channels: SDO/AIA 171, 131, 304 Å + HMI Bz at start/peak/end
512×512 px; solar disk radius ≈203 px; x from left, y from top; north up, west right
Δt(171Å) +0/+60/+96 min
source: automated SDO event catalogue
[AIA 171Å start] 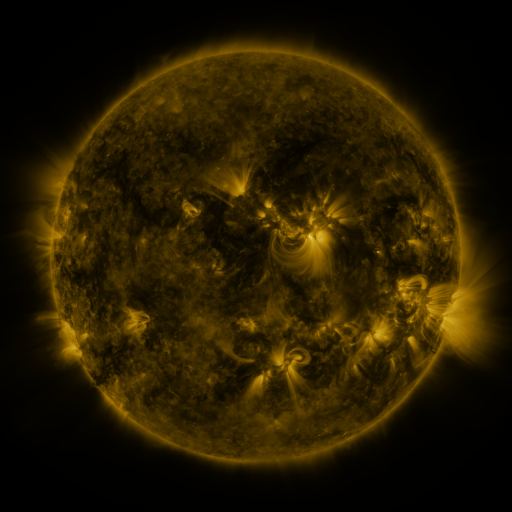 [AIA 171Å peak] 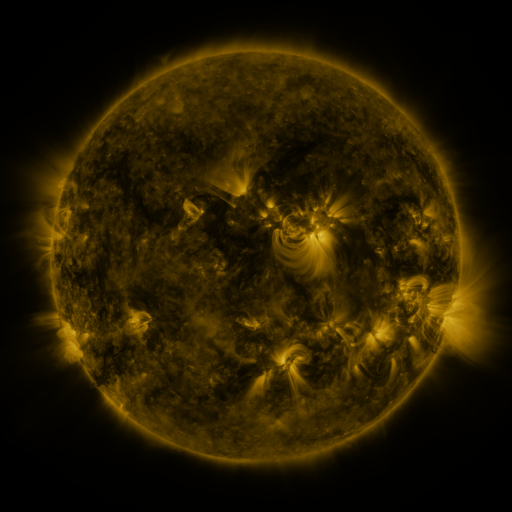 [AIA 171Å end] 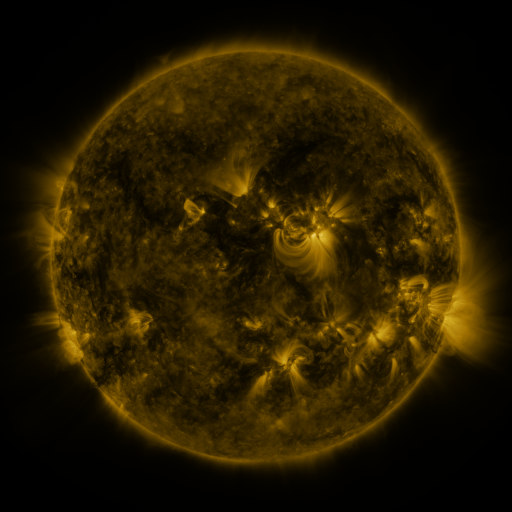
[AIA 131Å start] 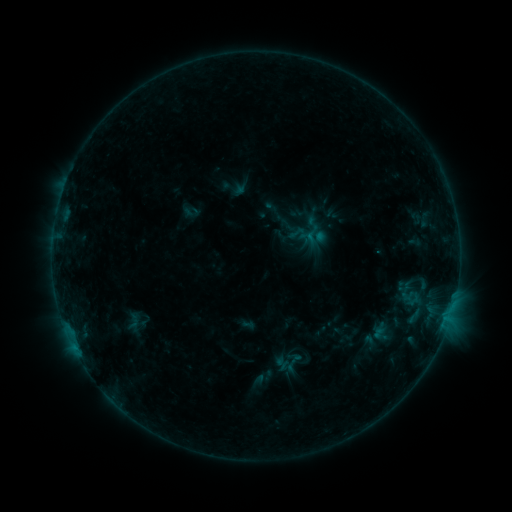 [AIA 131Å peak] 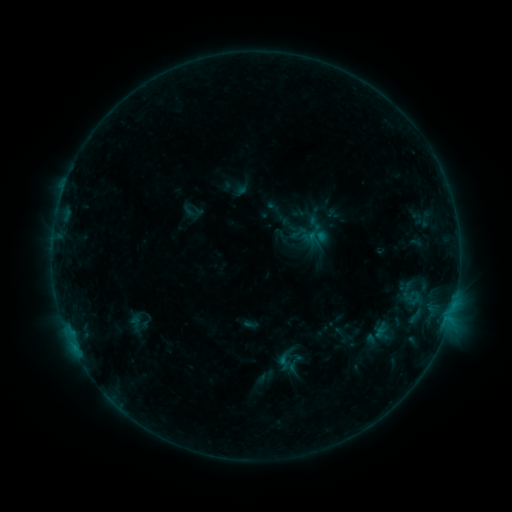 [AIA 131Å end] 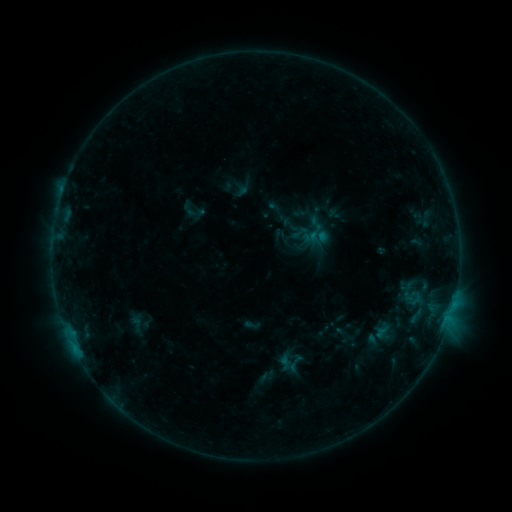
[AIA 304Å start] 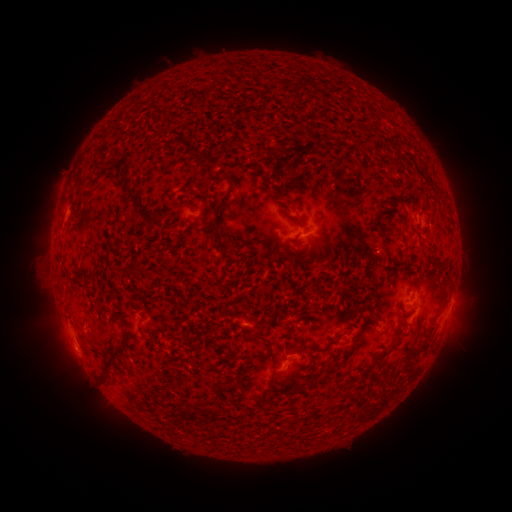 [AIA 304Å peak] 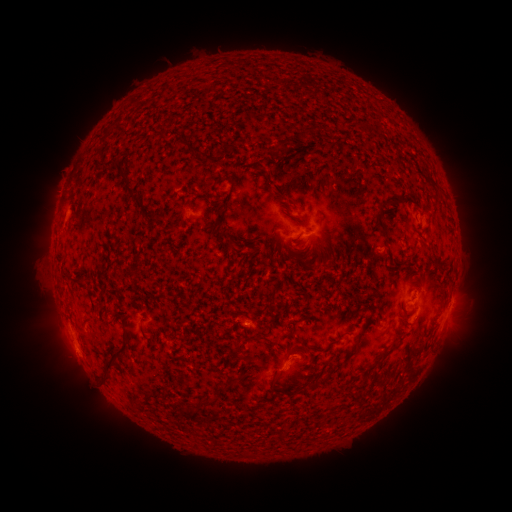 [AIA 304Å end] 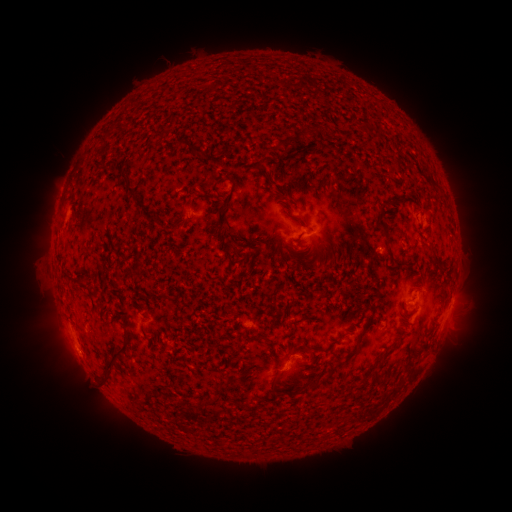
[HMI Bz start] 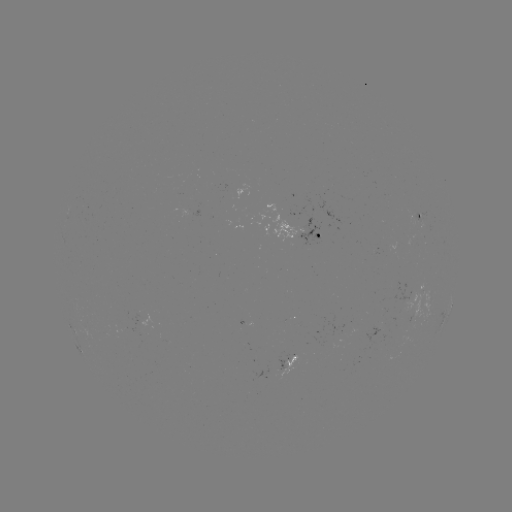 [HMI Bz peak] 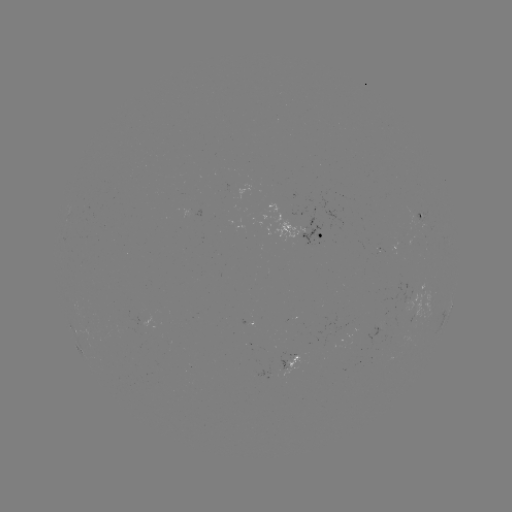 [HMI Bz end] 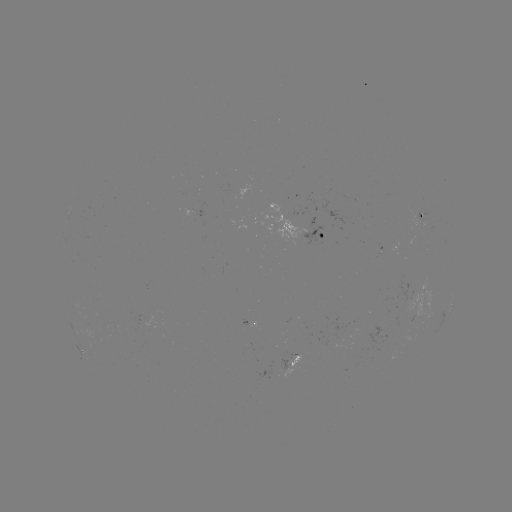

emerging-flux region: (278, 355, 301, 379)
